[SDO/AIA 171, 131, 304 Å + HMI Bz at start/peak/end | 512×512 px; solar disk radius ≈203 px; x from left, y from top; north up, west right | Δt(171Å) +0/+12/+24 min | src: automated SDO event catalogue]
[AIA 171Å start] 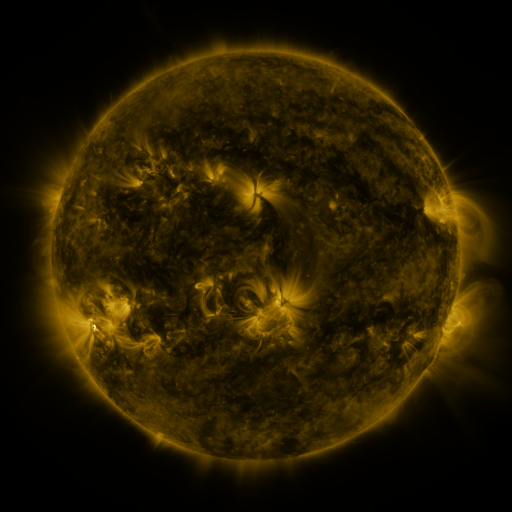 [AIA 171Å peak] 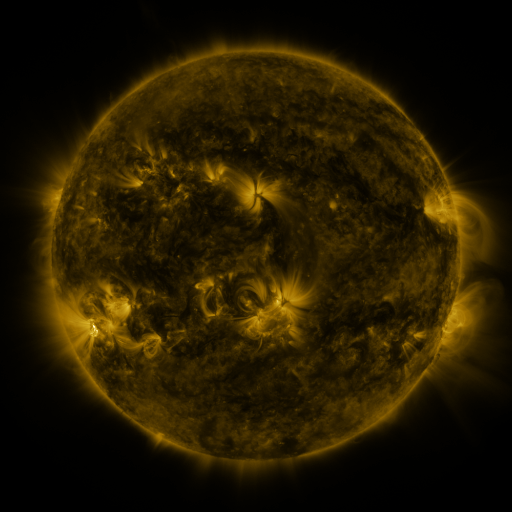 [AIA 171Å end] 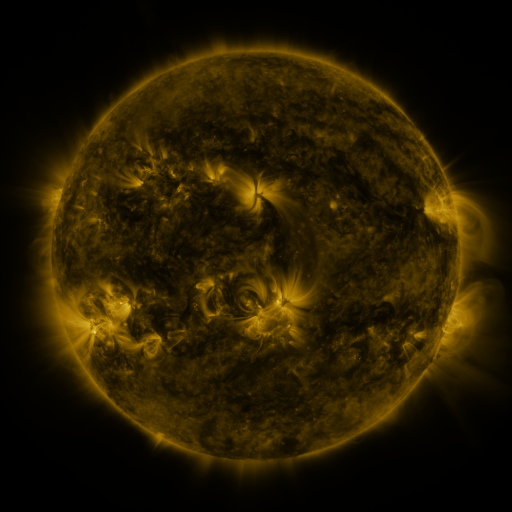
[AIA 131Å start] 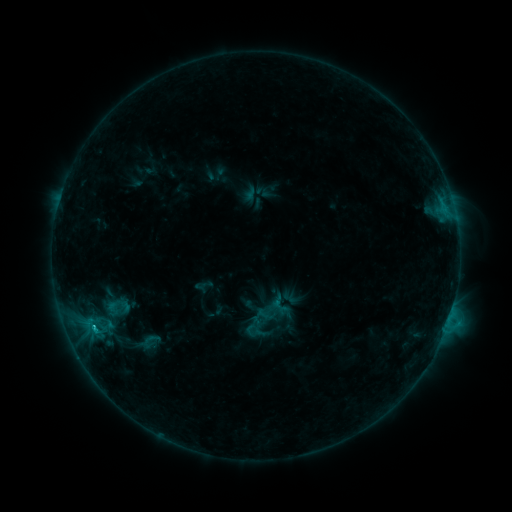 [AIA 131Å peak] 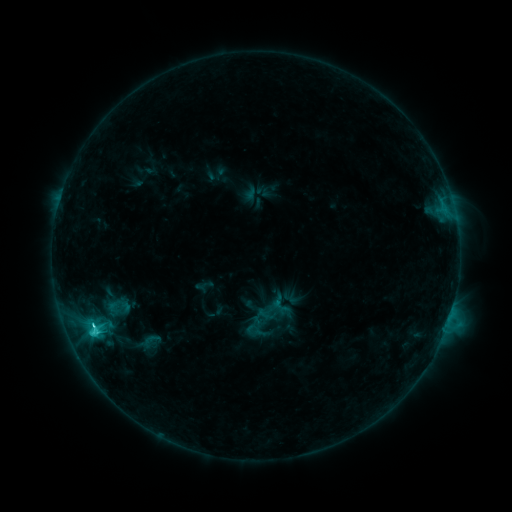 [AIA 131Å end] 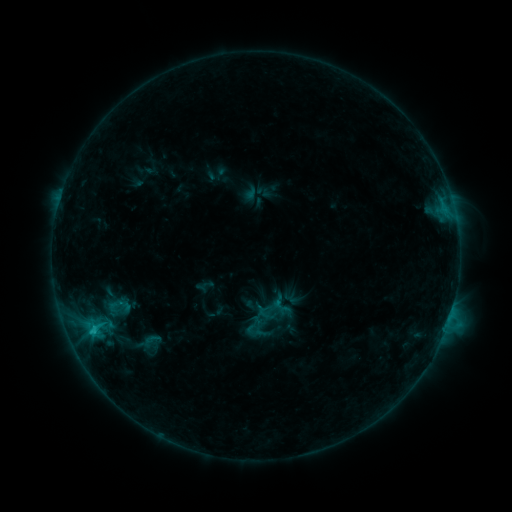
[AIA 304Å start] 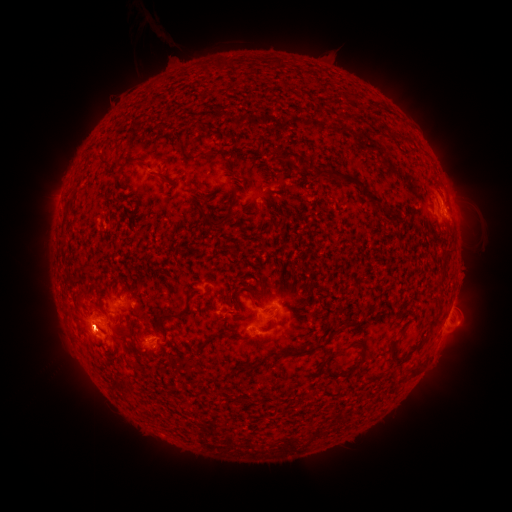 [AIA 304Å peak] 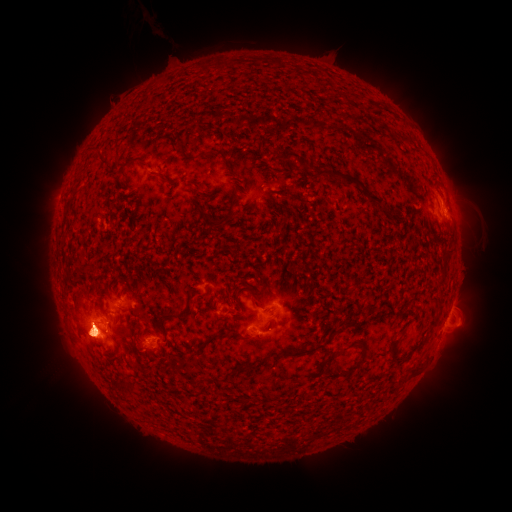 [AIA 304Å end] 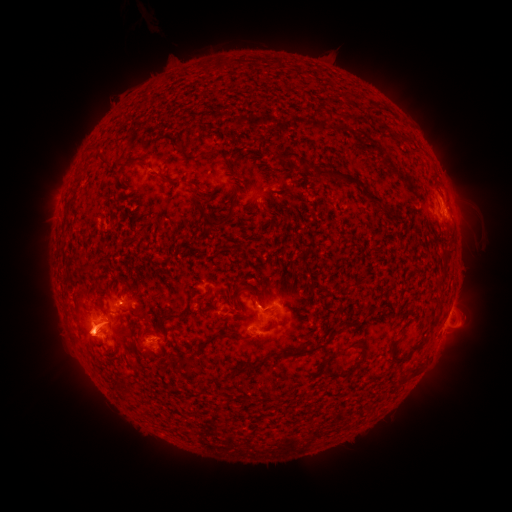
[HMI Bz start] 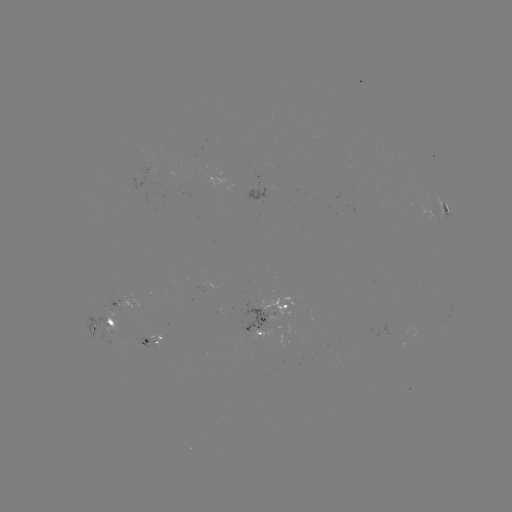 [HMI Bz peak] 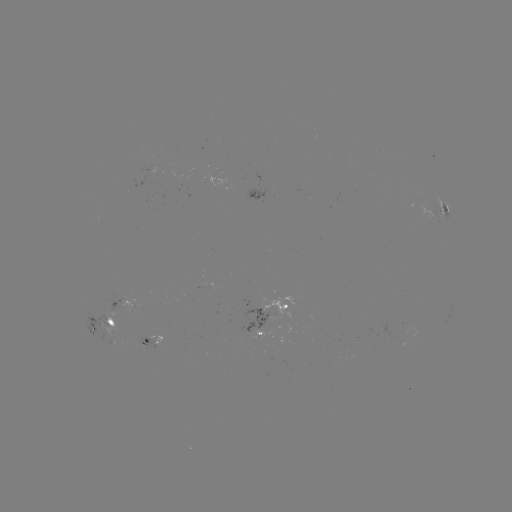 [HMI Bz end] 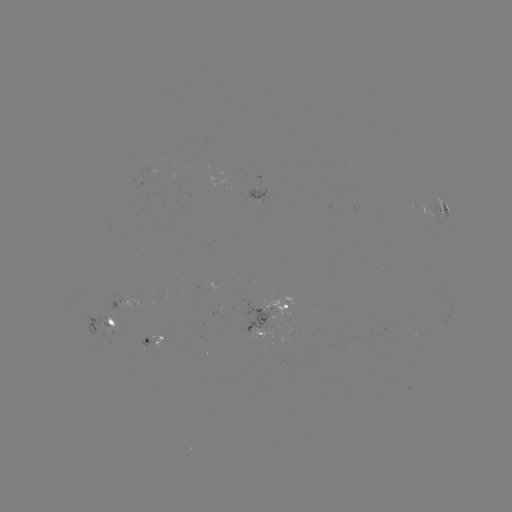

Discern eruption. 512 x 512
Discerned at (86, 336).